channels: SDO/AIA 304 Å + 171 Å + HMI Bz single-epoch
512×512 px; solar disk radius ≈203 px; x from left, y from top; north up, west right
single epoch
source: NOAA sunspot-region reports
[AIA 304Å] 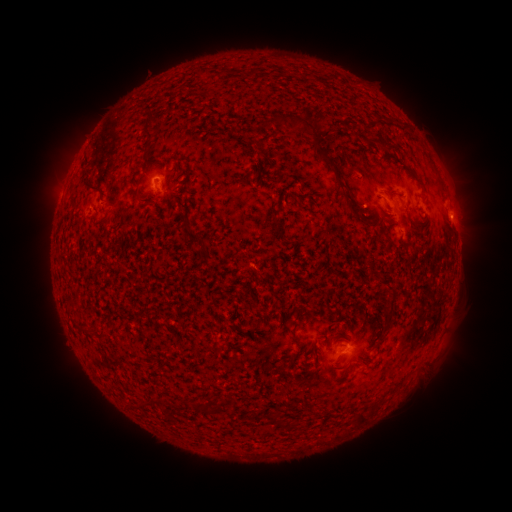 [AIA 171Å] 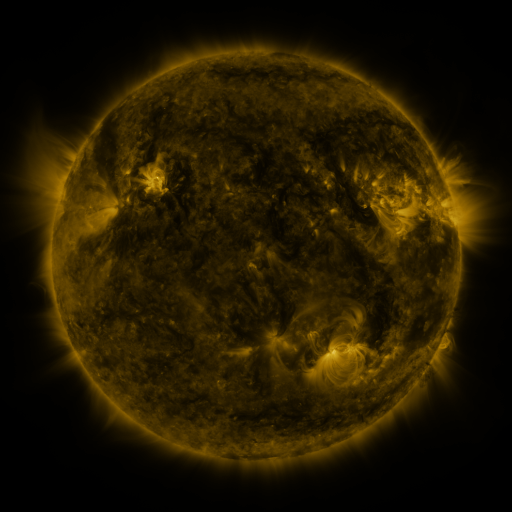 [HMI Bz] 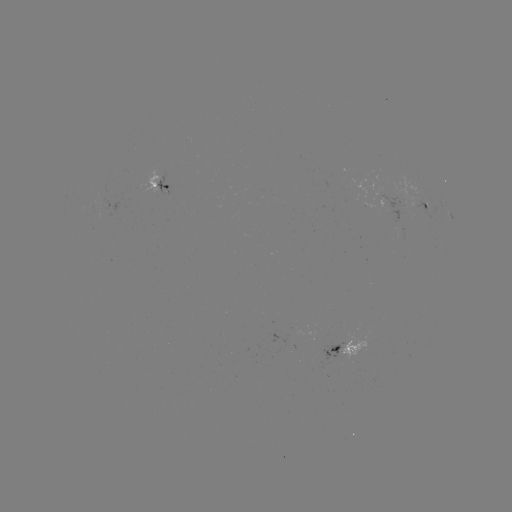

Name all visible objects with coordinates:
spotted active region: (157, 183)
spotted active region: (428, 204)
spotted active region: (343, 352)
